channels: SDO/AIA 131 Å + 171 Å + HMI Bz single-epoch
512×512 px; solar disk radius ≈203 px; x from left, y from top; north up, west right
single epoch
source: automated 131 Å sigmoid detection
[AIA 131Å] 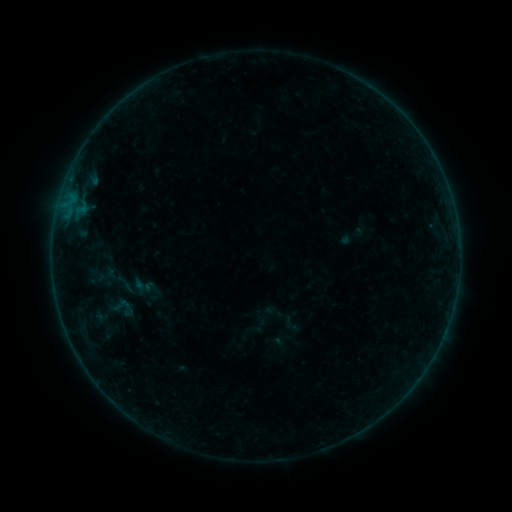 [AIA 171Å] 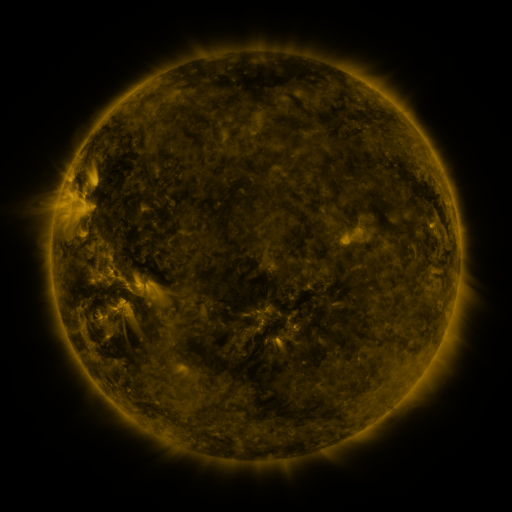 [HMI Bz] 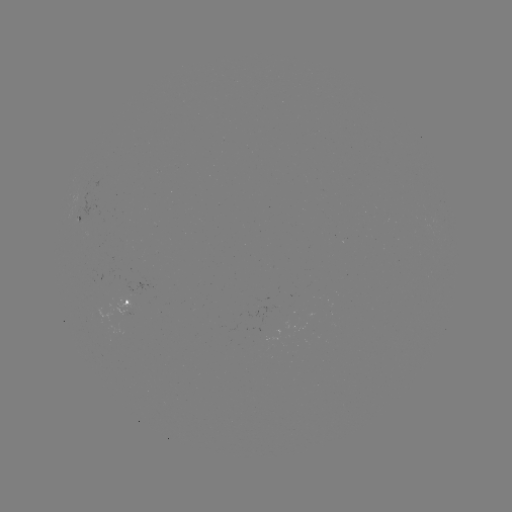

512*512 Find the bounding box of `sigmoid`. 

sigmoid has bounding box [110, 294, 134, 316].